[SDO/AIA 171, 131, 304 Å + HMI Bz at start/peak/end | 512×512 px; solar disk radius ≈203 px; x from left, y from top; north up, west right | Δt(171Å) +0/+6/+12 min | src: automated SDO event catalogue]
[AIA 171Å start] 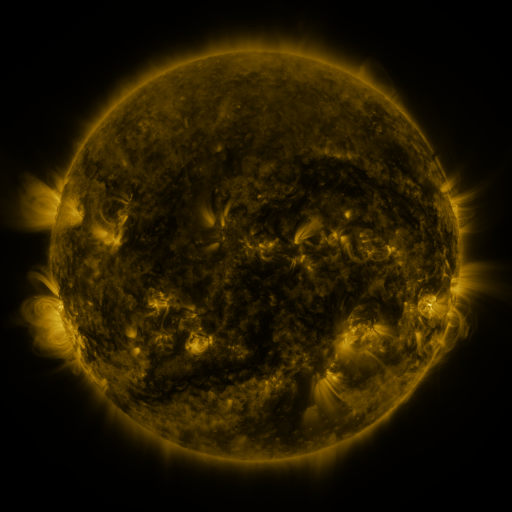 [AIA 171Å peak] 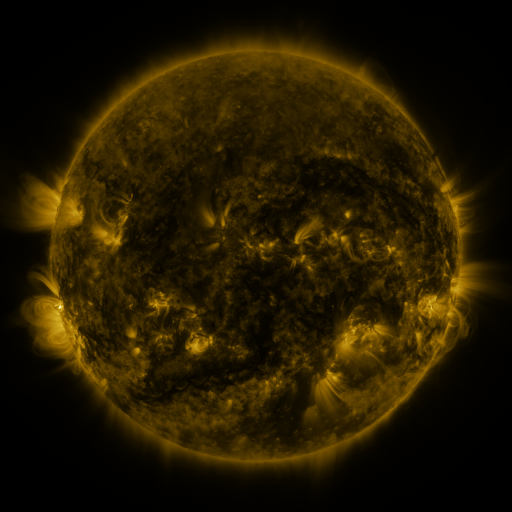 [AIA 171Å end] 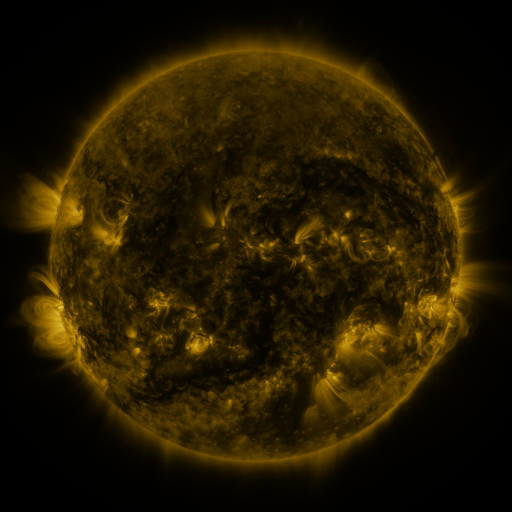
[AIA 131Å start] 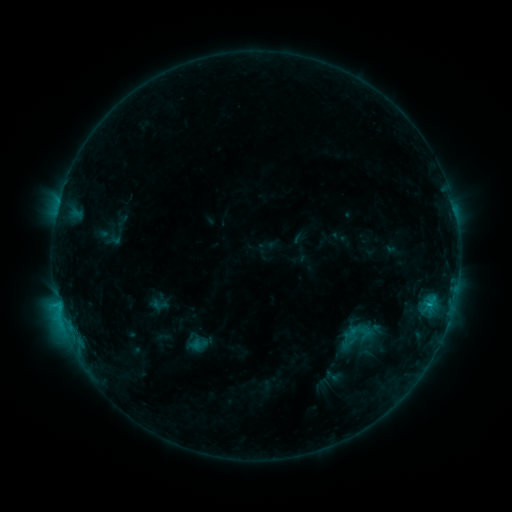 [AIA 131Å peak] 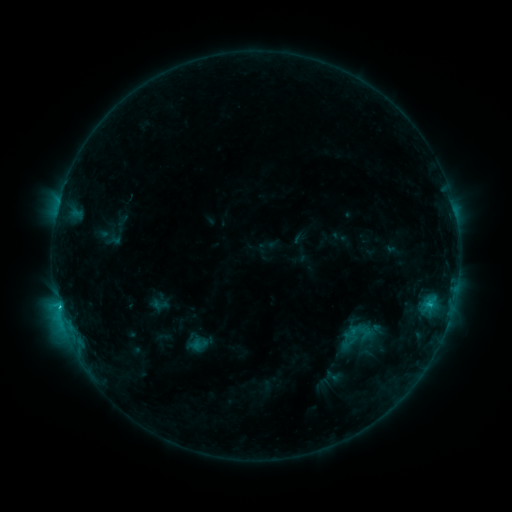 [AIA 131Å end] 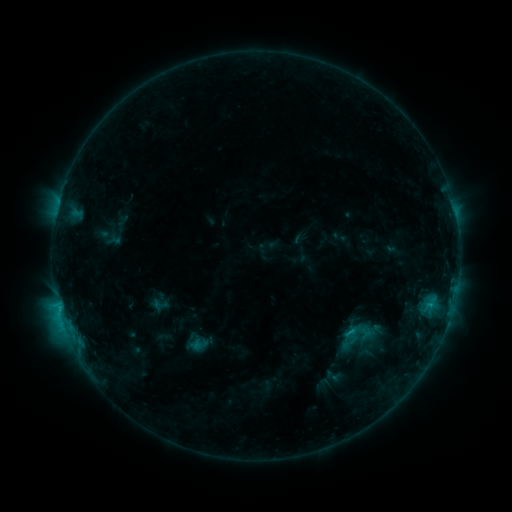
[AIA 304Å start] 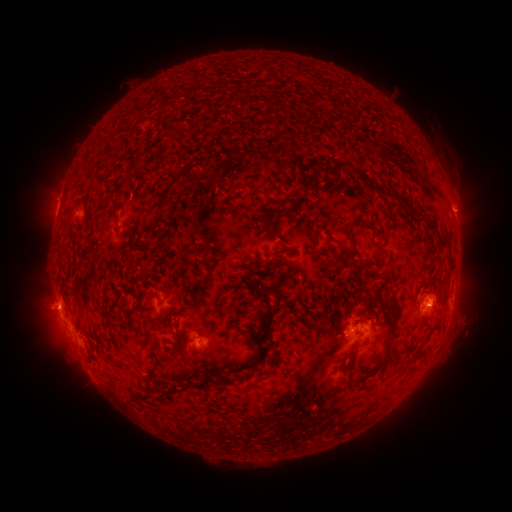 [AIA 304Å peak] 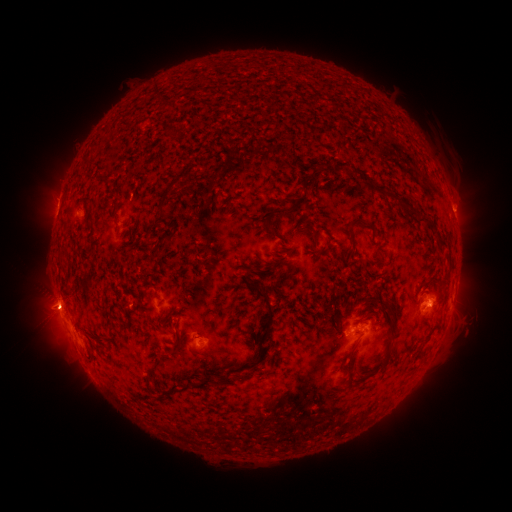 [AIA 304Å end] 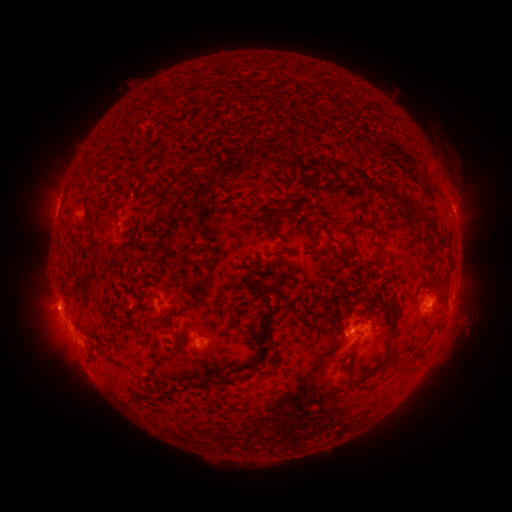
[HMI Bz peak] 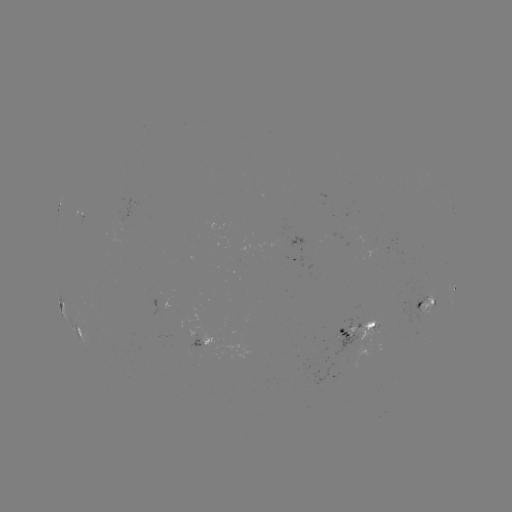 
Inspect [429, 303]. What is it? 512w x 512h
C1.8 flare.